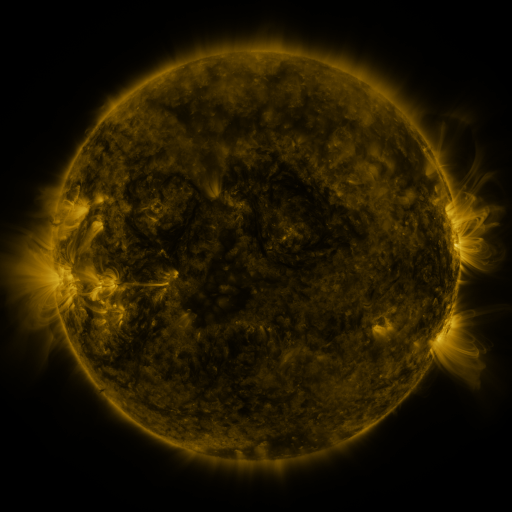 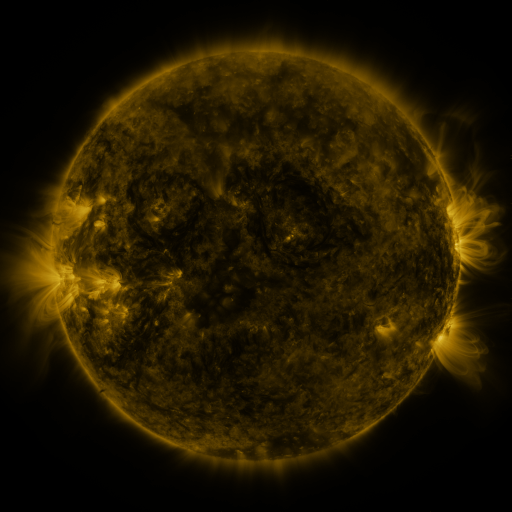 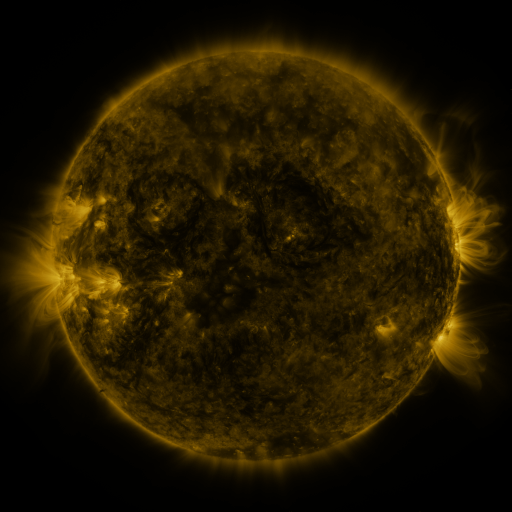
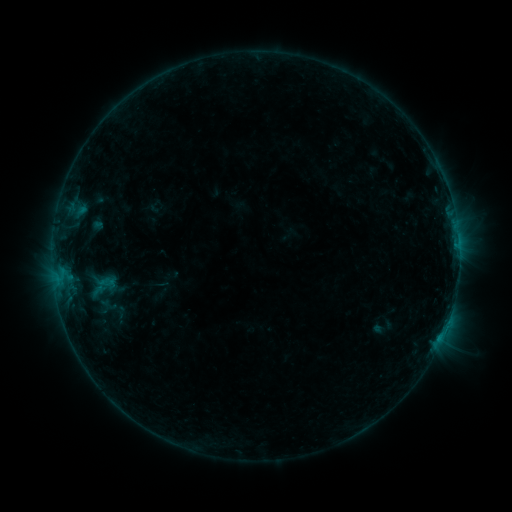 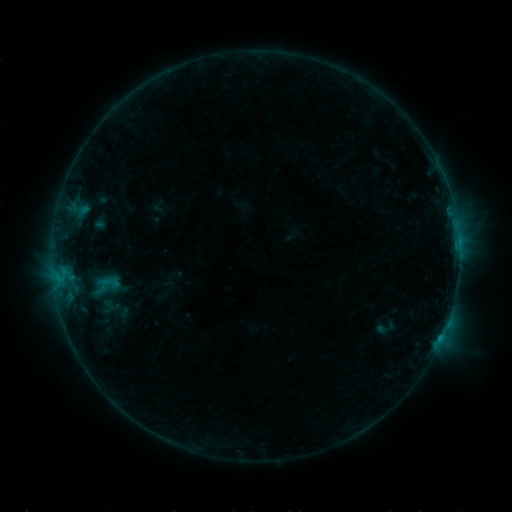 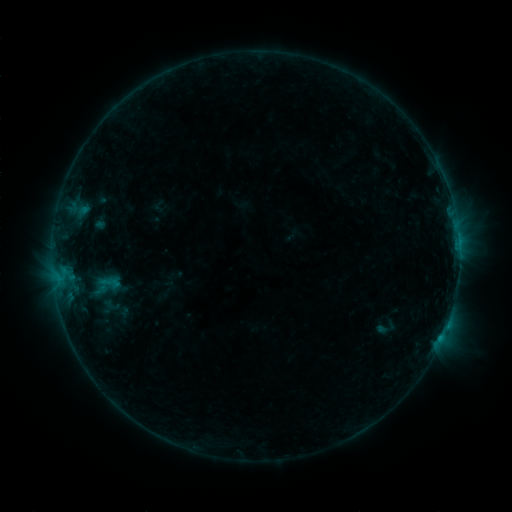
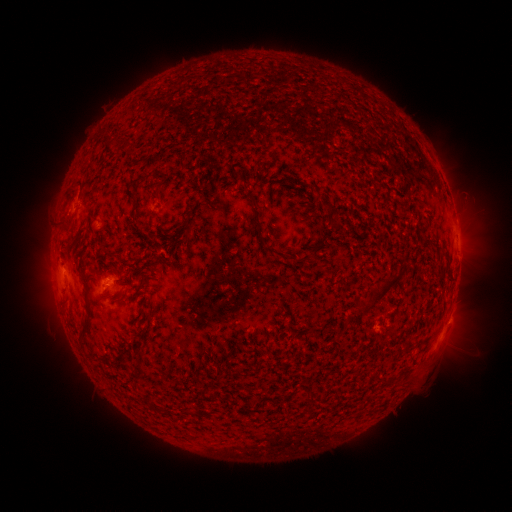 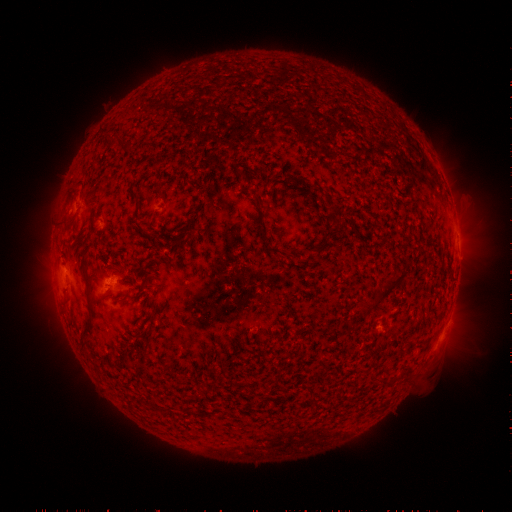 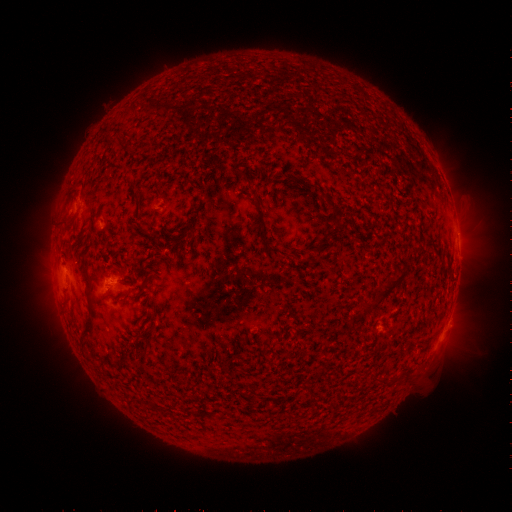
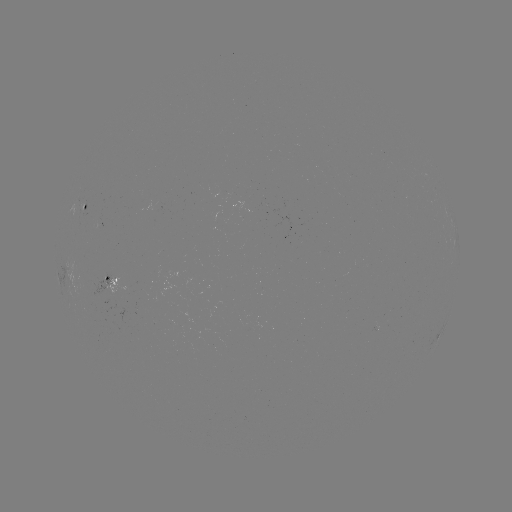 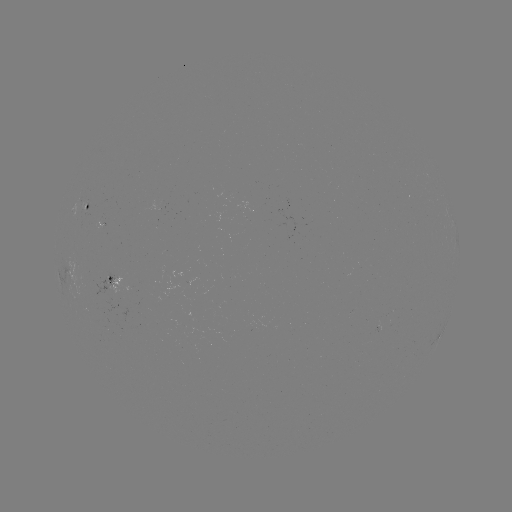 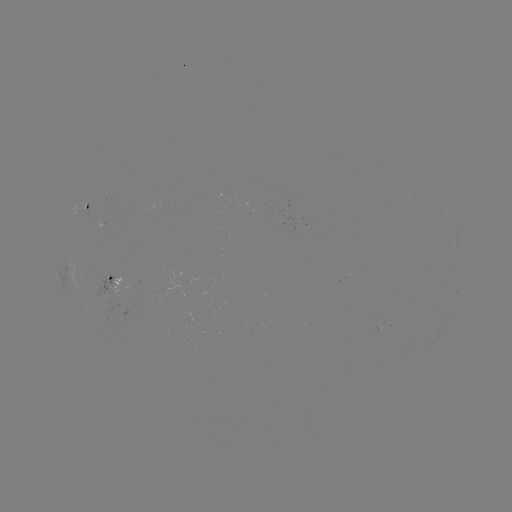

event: emerging-flux region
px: (108, 286)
